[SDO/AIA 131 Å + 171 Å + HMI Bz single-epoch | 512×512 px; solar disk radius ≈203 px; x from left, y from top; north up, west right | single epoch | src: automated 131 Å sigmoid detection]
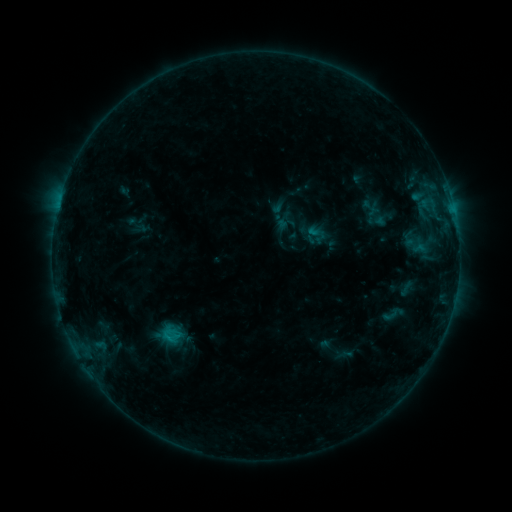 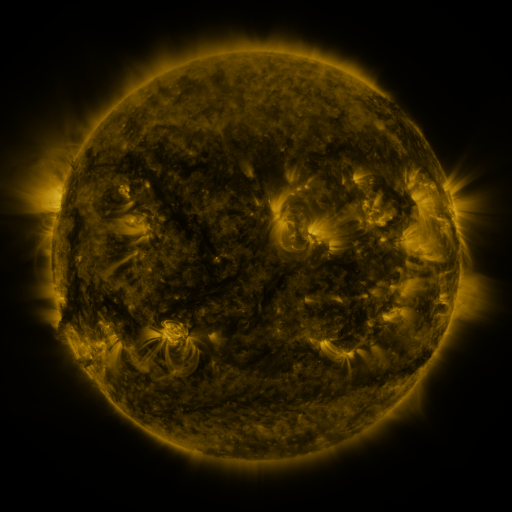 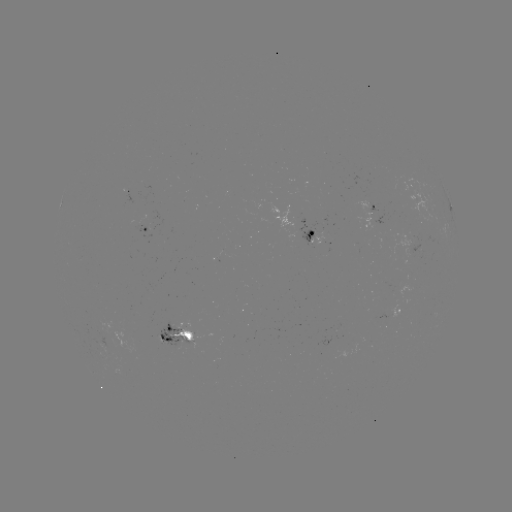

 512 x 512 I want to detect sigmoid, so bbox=[380, 302, 405, 326].